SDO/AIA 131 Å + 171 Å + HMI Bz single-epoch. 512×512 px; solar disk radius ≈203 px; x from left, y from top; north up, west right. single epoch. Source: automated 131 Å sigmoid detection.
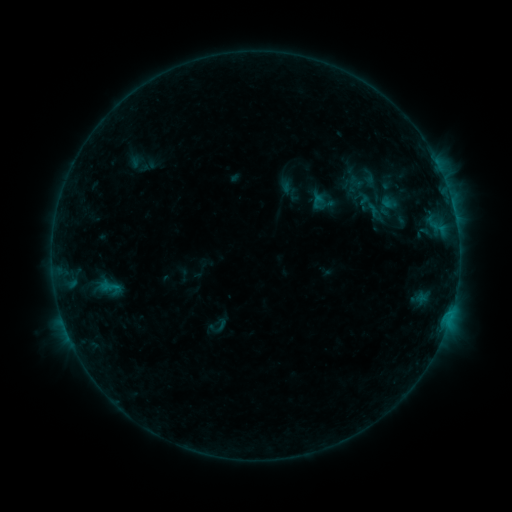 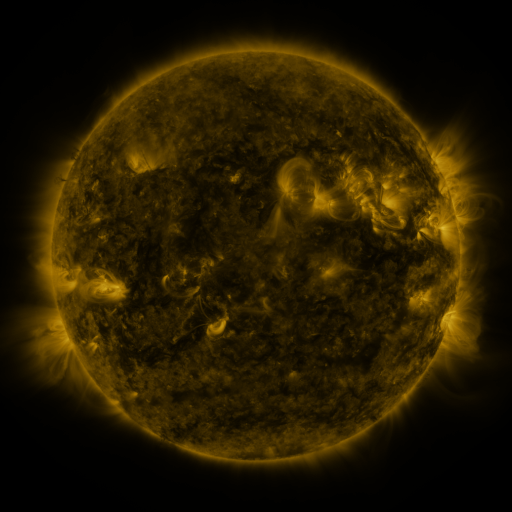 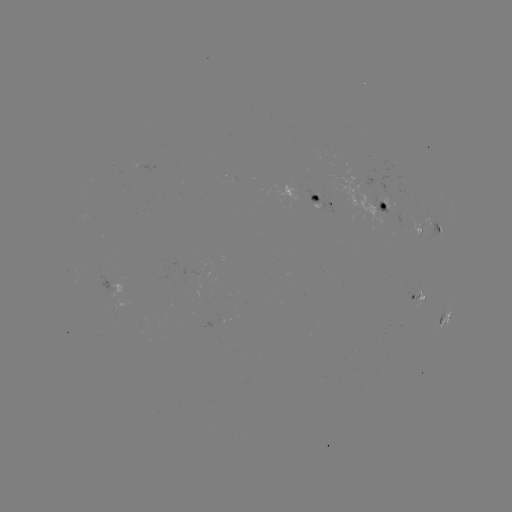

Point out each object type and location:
sigmoid: (324, 205)
